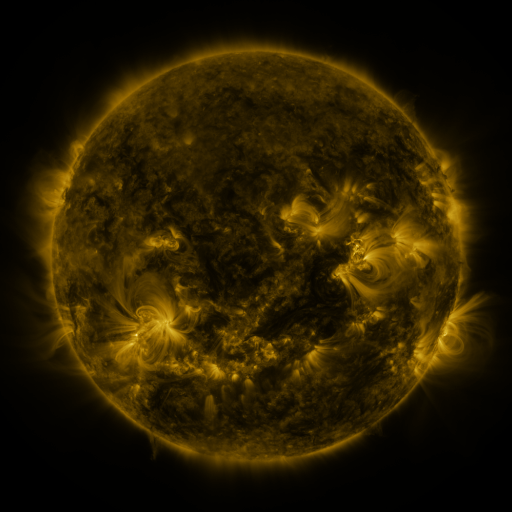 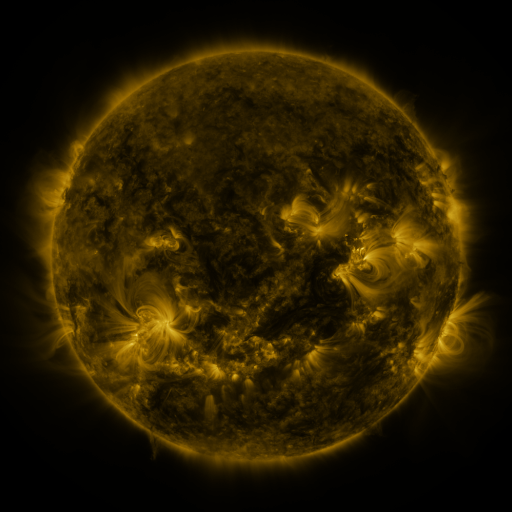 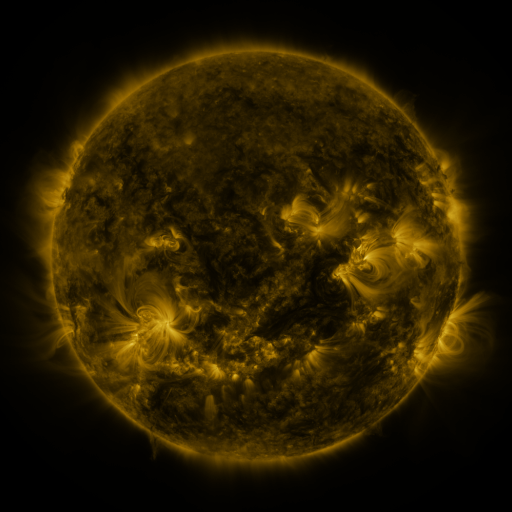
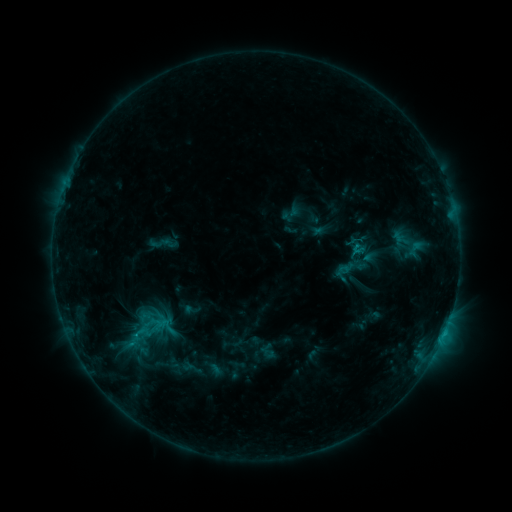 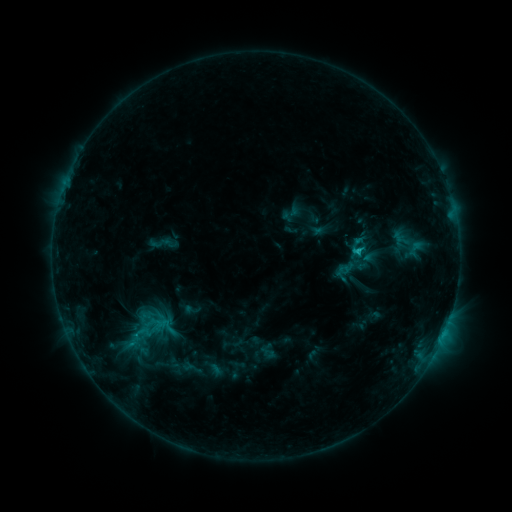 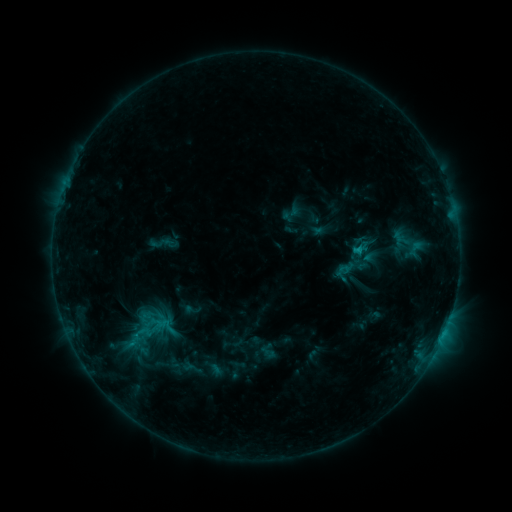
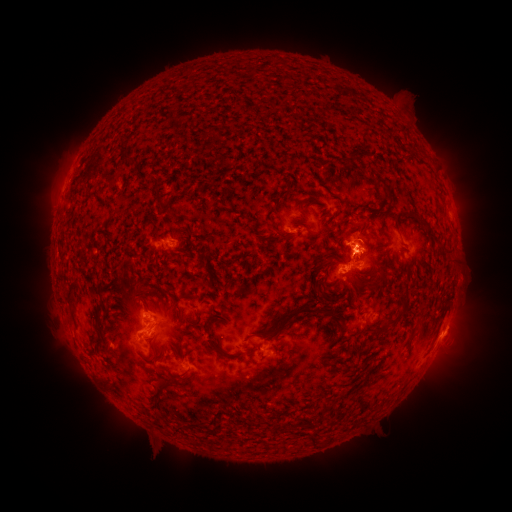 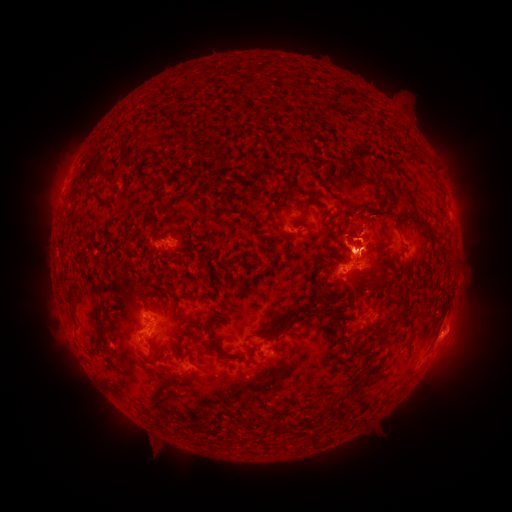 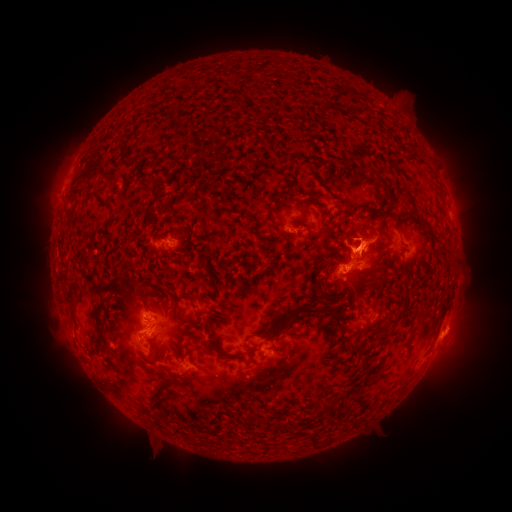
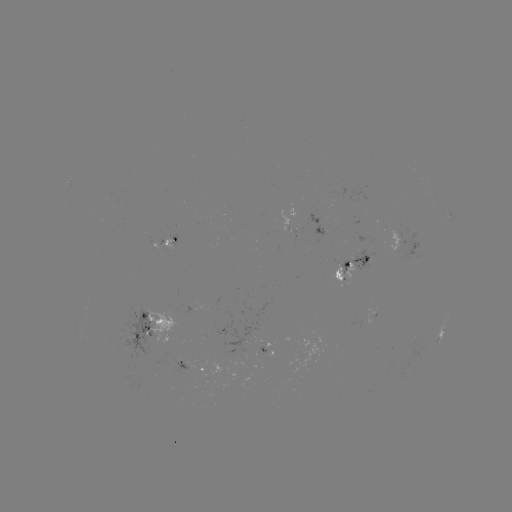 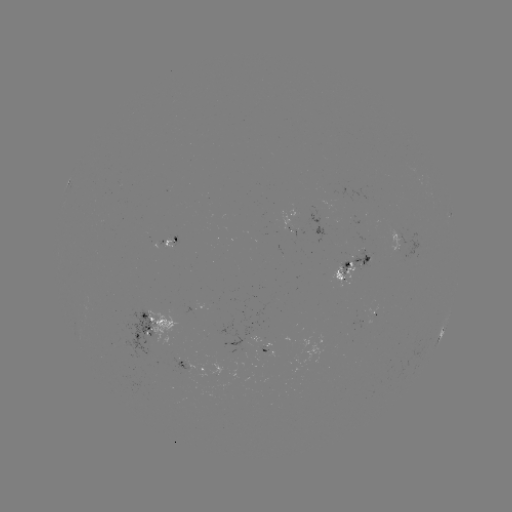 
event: flare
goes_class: C1.3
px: (354, 253)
